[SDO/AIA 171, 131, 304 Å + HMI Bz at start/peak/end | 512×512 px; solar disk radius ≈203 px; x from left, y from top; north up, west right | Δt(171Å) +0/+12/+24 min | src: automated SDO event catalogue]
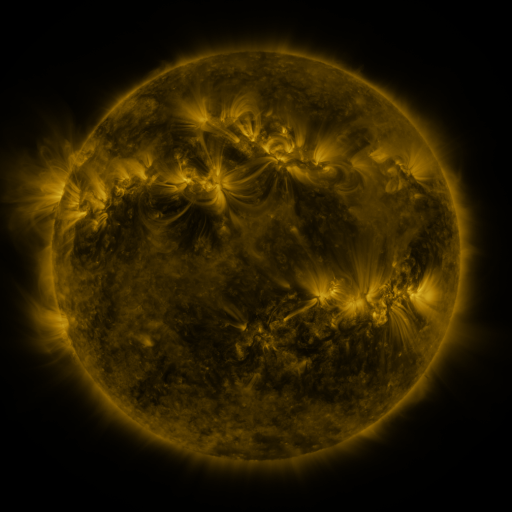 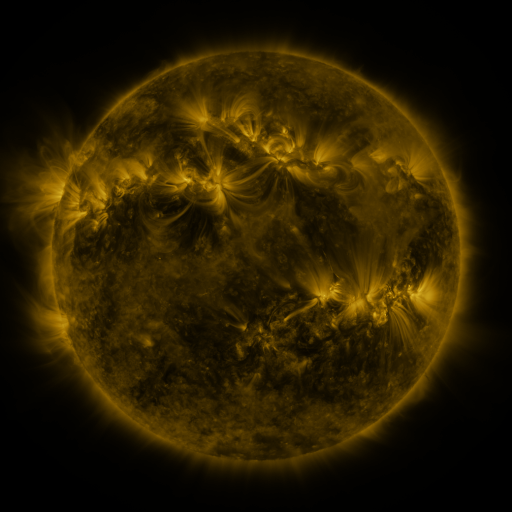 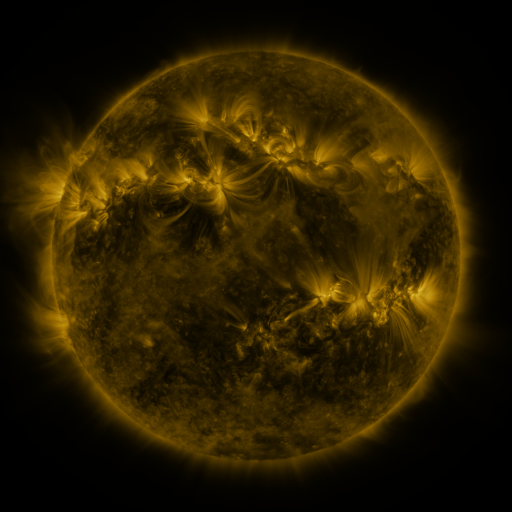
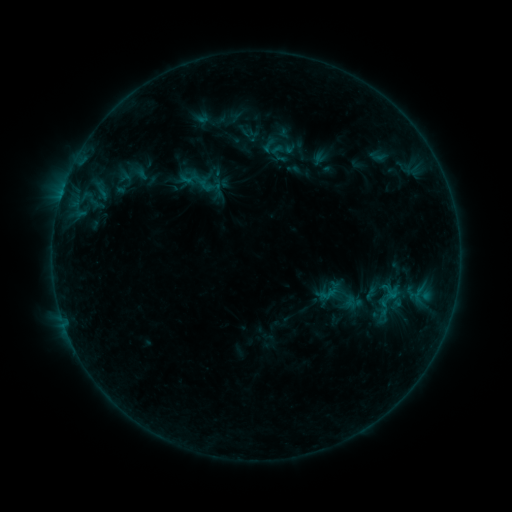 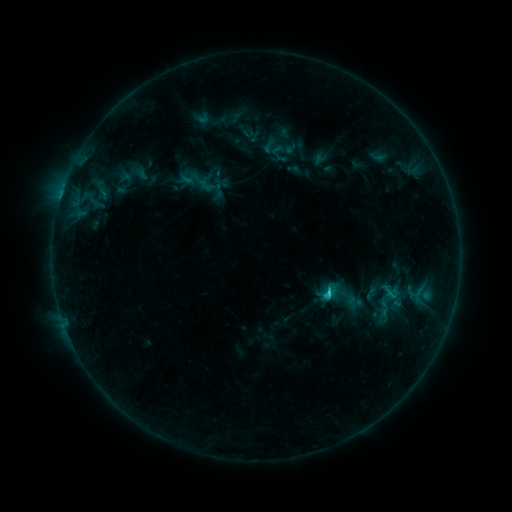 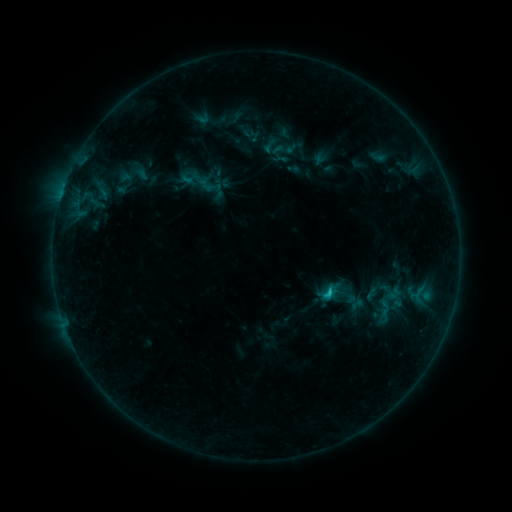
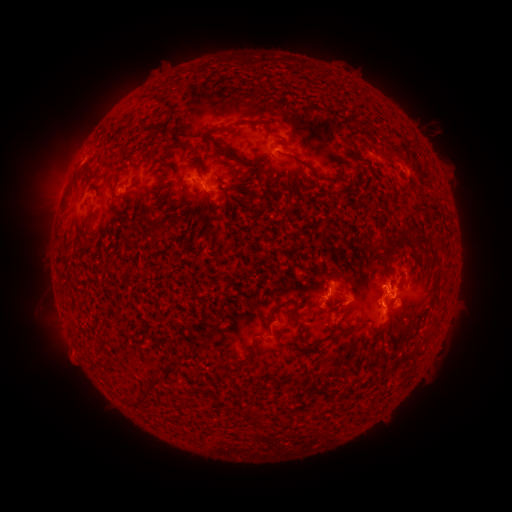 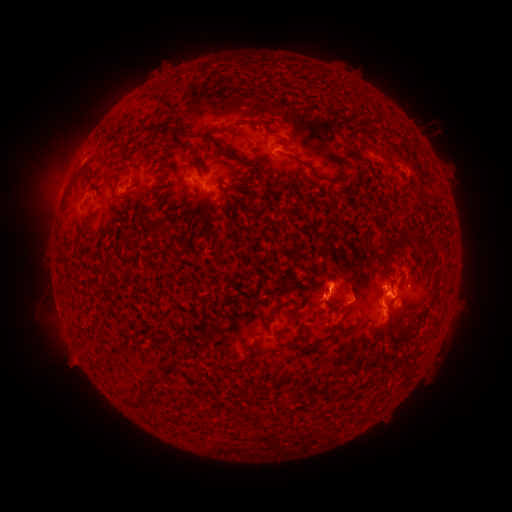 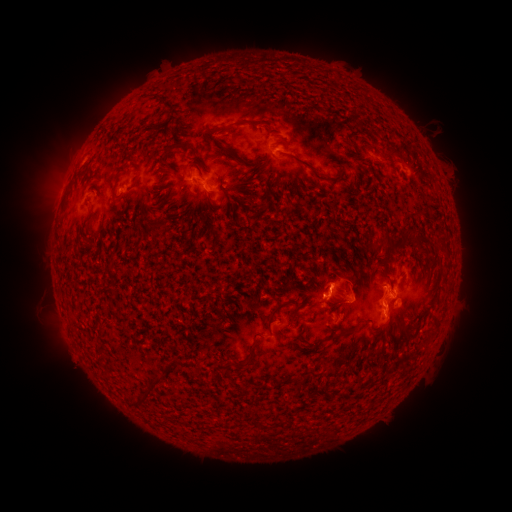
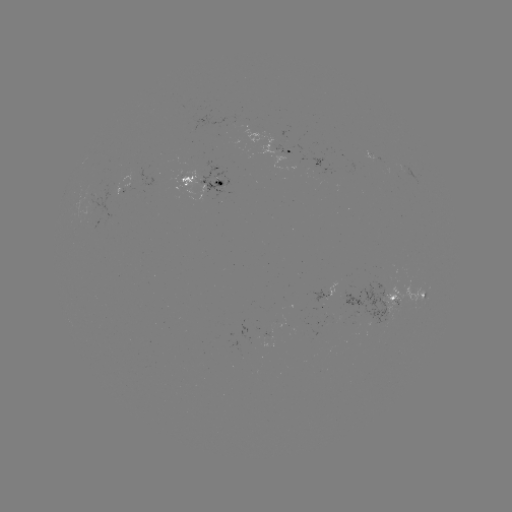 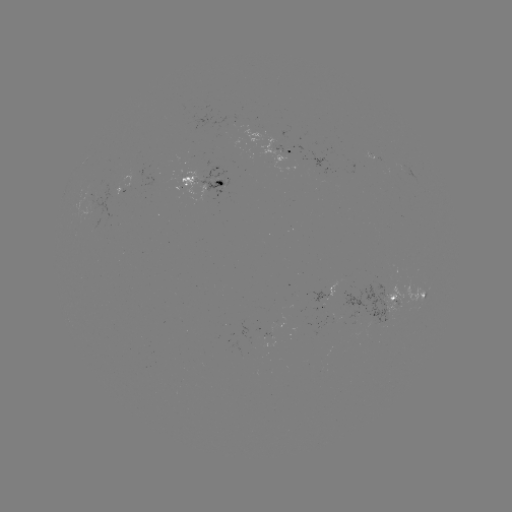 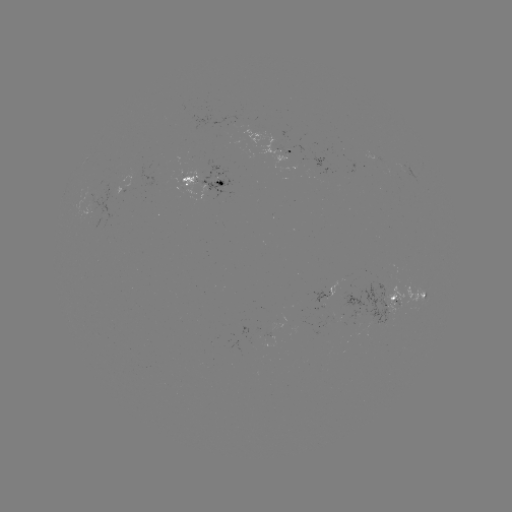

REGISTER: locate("C1.6 flare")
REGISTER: [325, 294]